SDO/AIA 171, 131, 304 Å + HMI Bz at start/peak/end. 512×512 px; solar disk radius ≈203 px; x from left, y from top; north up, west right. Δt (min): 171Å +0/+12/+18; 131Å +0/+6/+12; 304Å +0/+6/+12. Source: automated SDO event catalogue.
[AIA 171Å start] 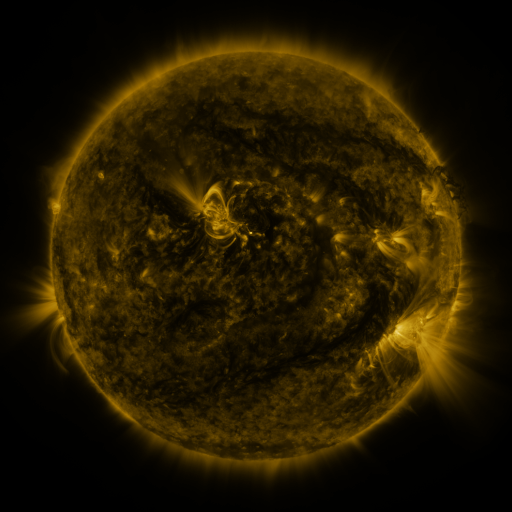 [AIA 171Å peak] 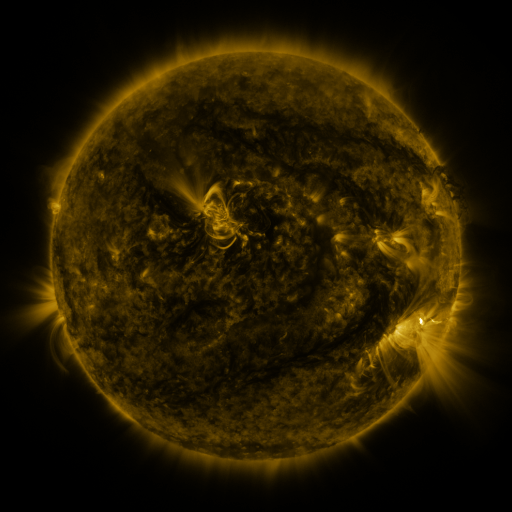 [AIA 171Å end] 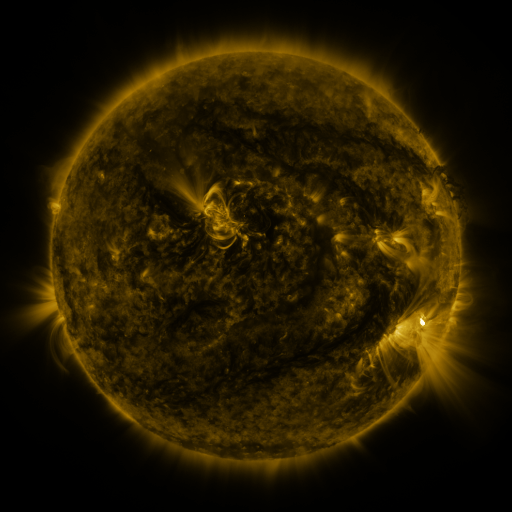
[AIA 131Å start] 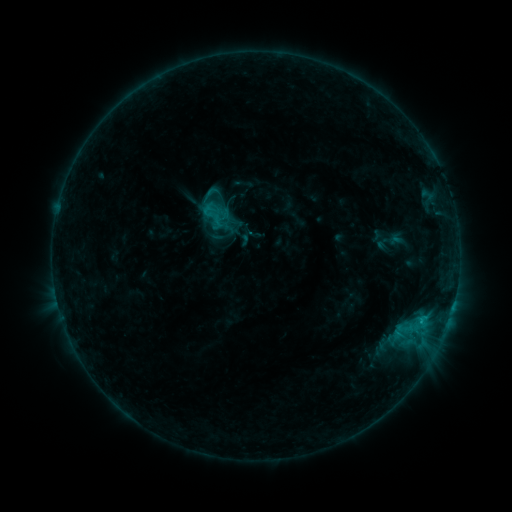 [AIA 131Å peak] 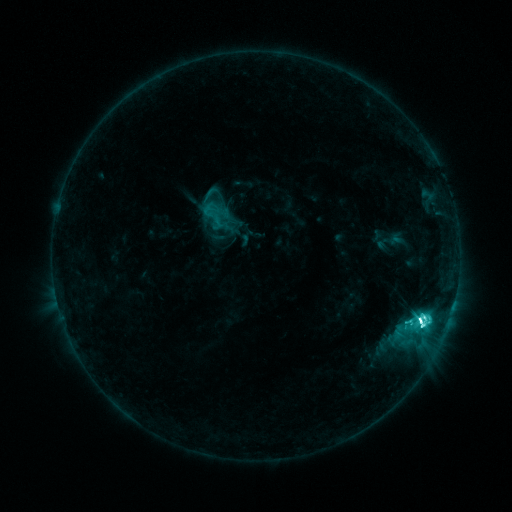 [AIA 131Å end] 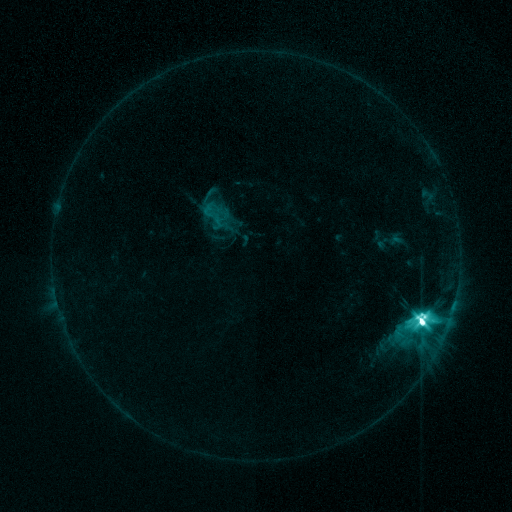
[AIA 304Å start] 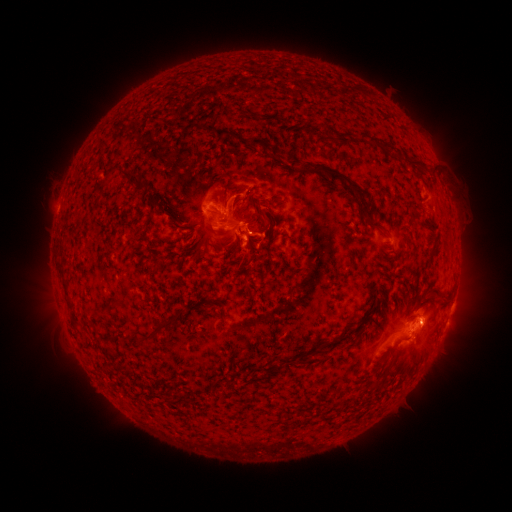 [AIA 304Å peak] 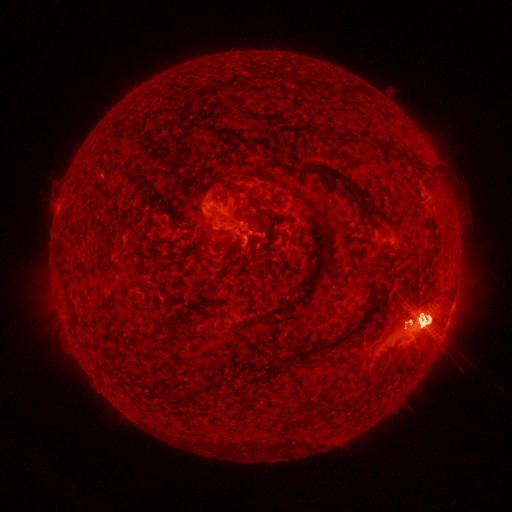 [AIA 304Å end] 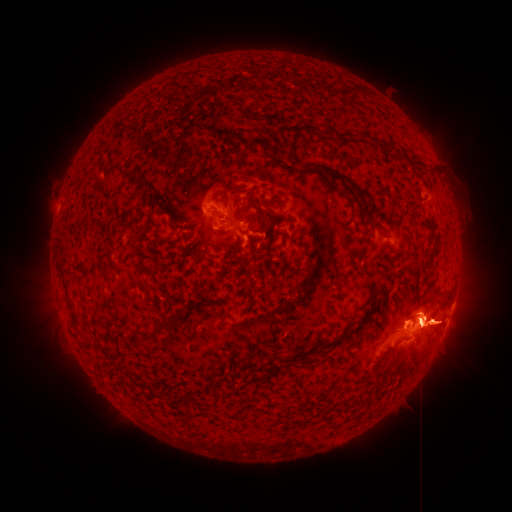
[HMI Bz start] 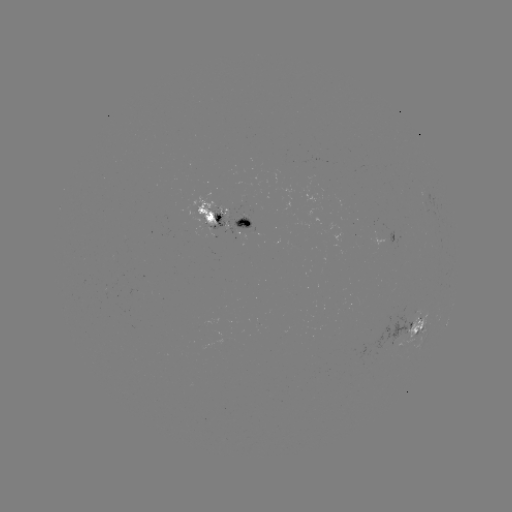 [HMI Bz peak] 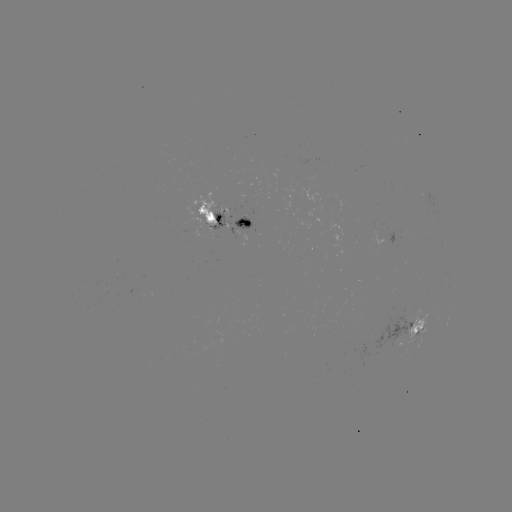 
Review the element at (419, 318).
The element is M3.8 flare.